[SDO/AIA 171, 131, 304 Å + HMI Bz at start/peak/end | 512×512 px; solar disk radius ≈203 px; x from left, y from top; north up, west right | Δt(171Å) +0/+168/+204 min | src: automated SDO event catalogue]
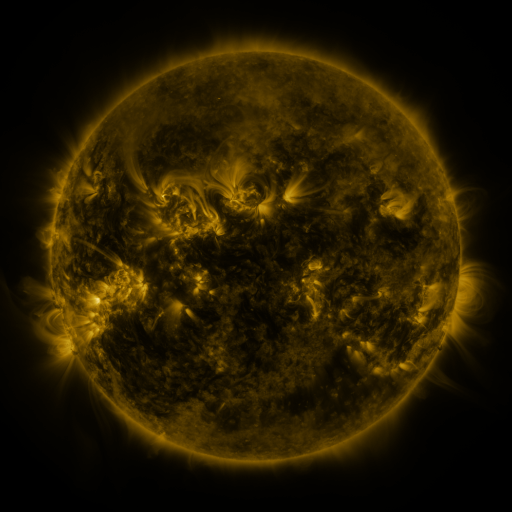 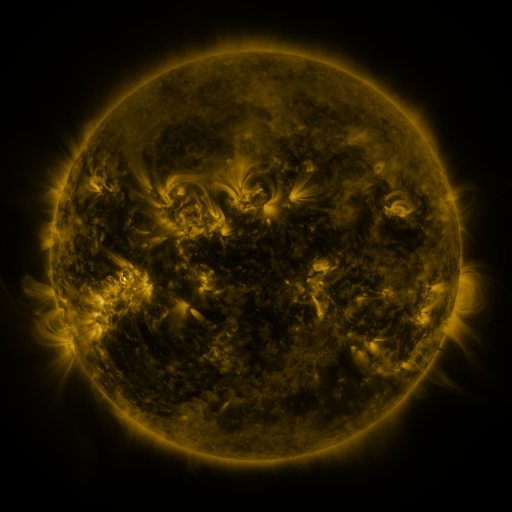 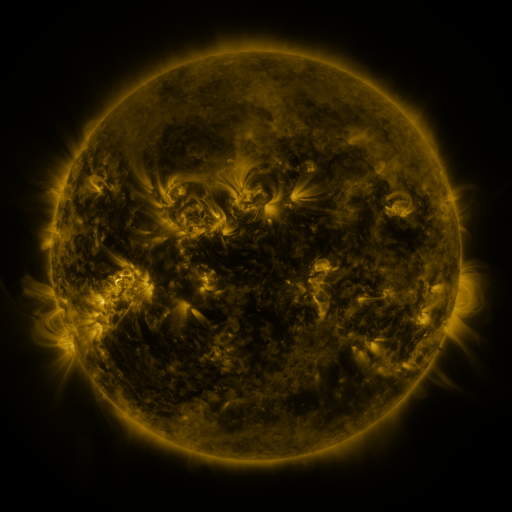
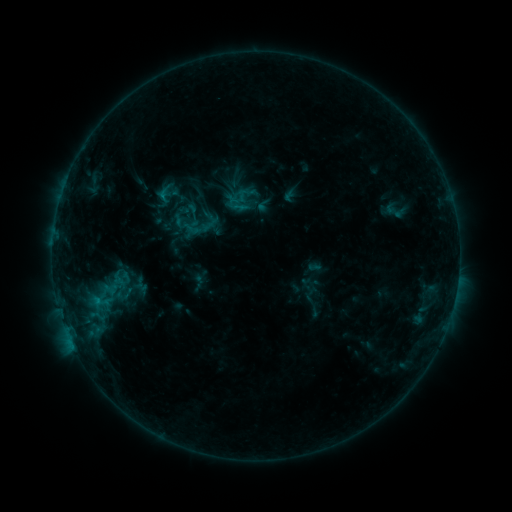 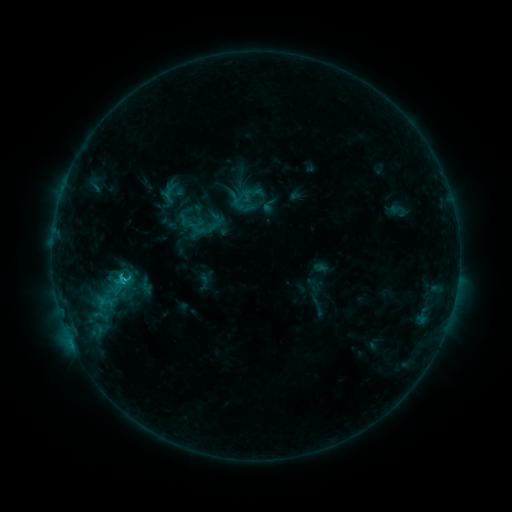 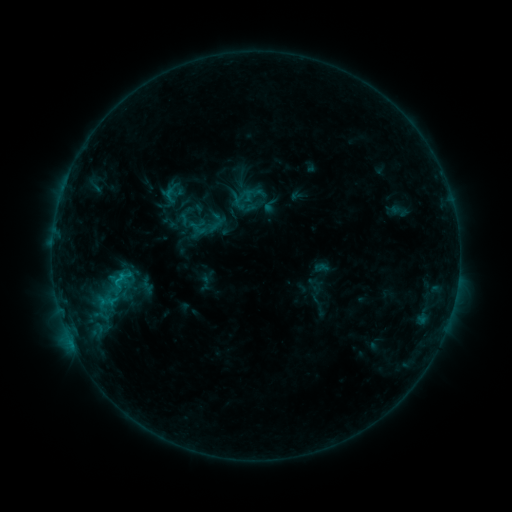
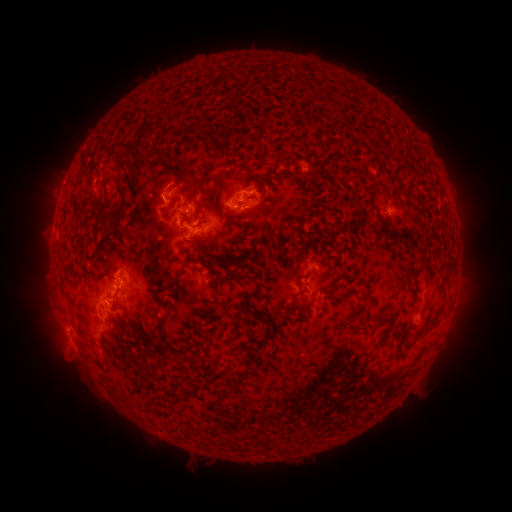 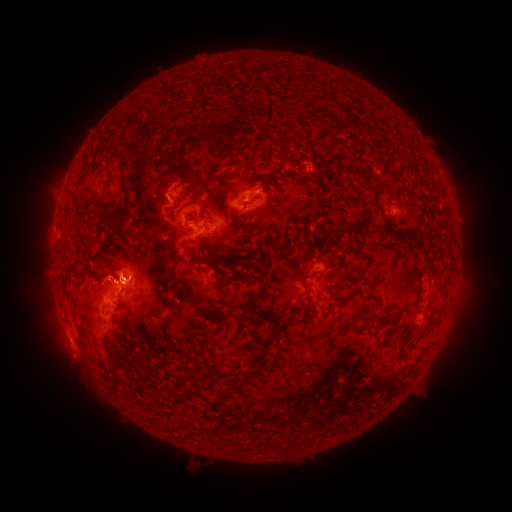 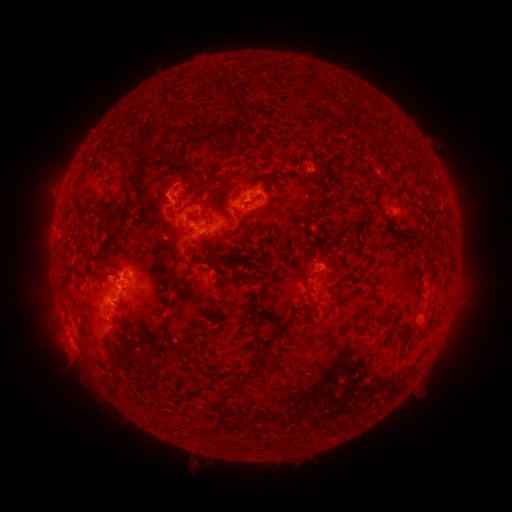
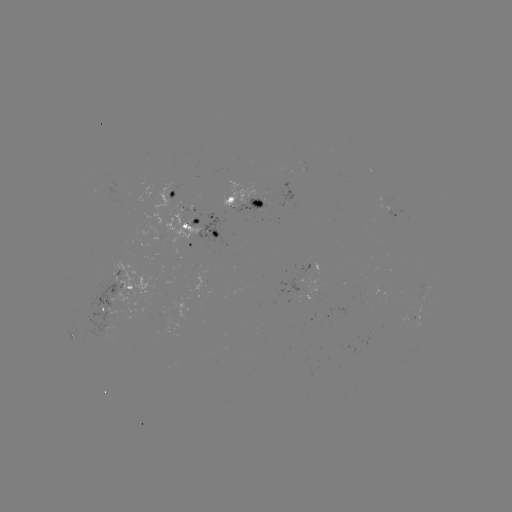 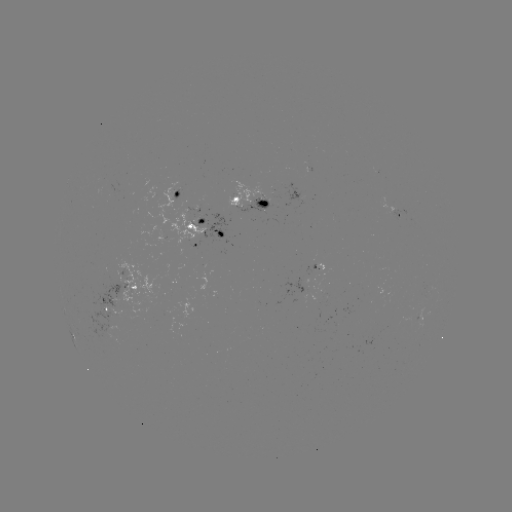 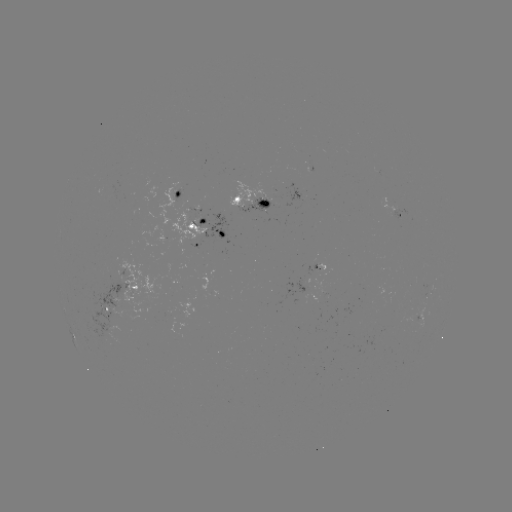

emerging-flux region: <bbox>139, 181, 206, 245</bbox>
